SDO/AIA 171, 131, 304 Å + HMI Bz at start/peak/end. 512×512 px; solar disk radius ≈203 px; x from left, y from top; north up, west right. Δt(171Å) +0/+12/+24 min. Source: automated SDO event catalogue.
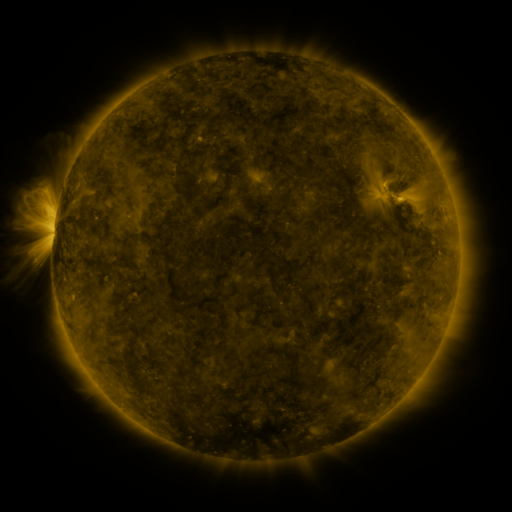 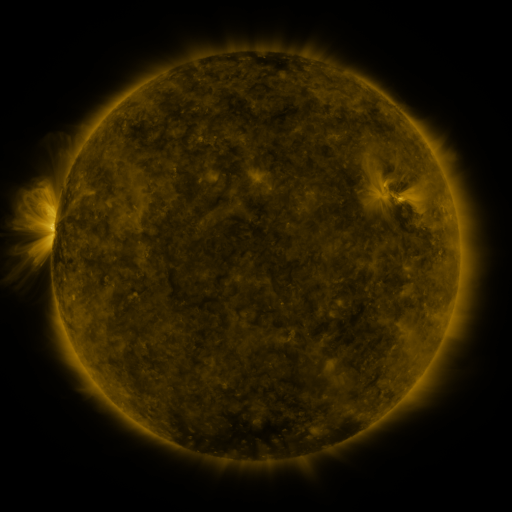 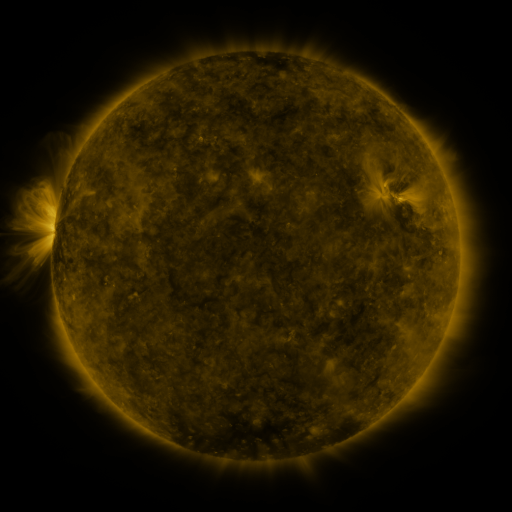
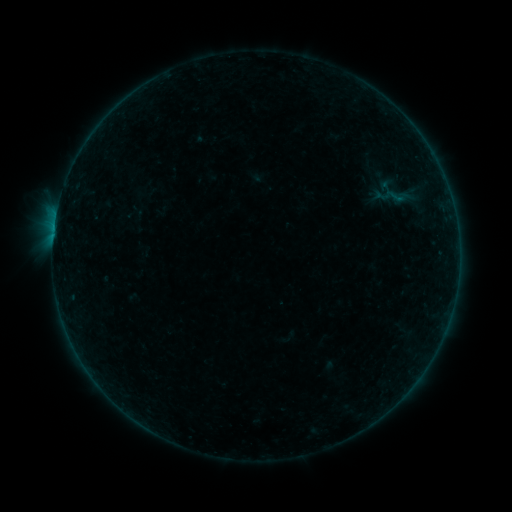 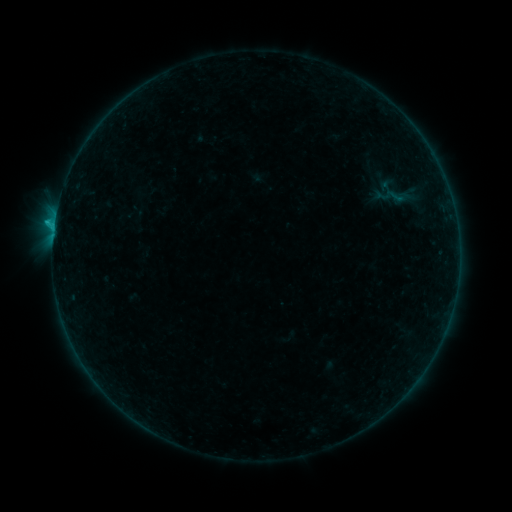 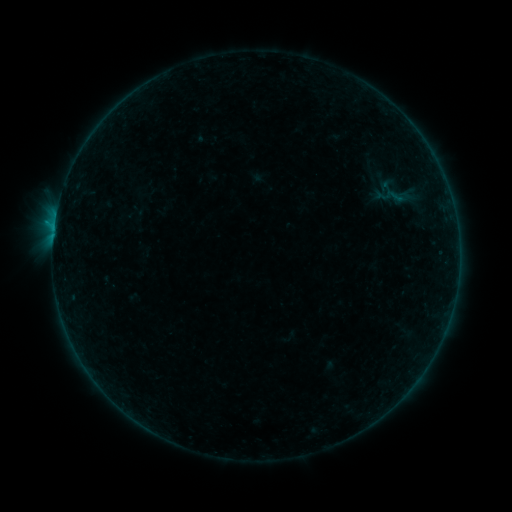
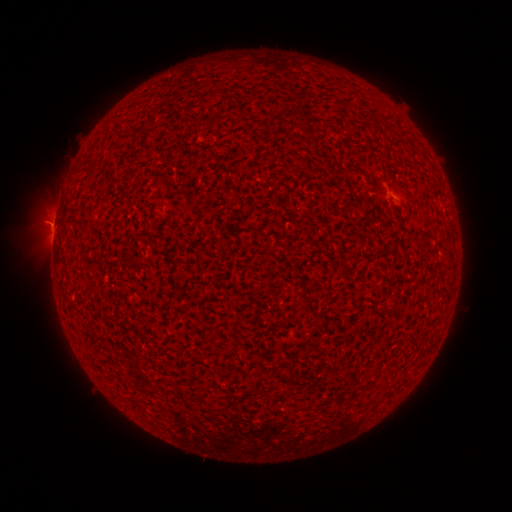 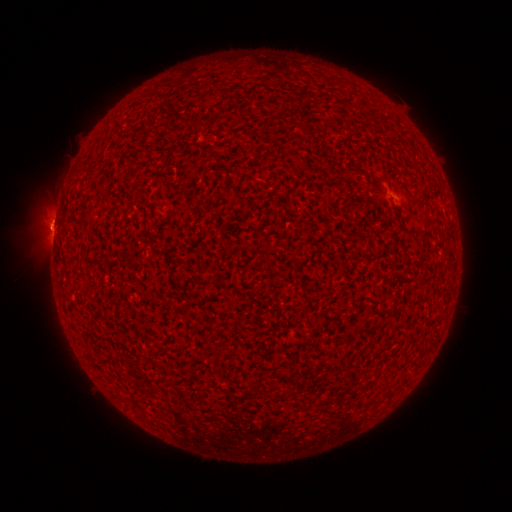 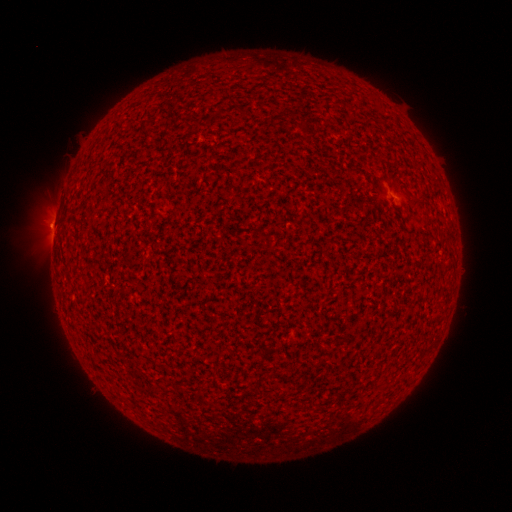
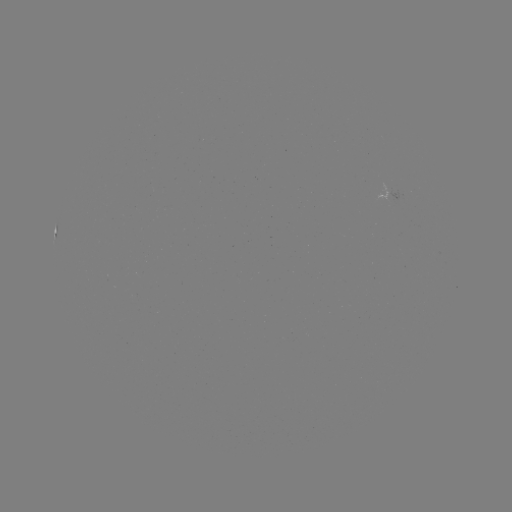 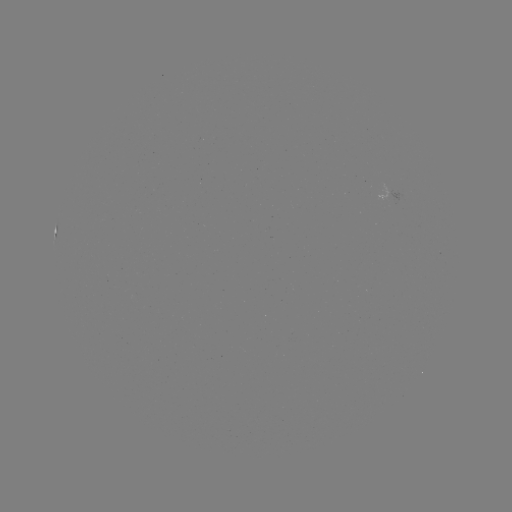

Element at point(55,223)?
B5.3 flare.